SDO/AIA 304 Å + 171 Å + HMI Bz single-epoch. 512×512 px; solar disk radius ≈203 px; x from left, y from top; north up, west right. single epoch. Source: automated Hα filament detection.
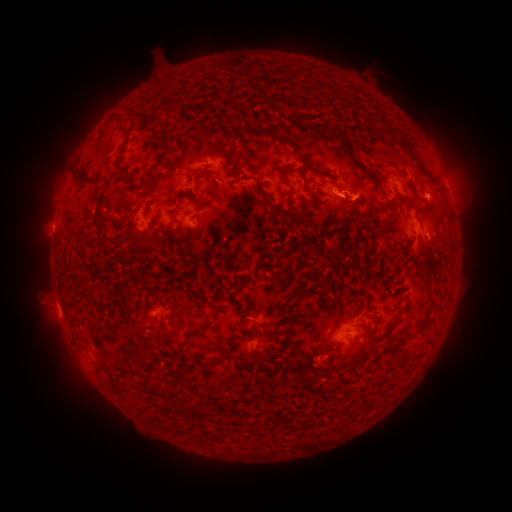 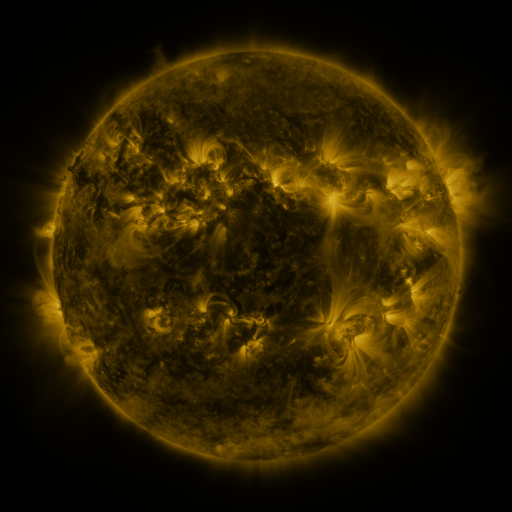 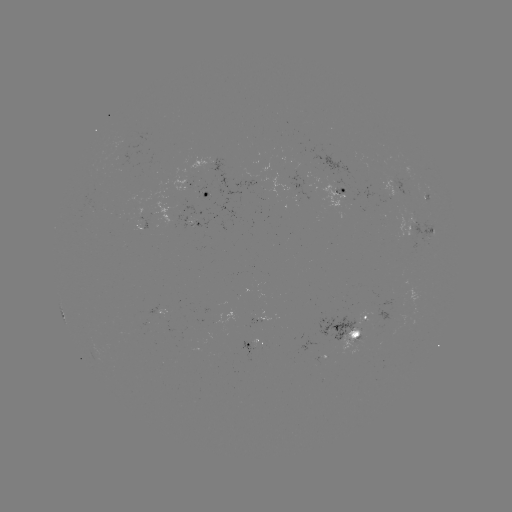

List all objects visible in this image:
filament: (265, 115)
filament: (293, 118)
filament: (390, 132)
filament: (158, 134)
filament: (340, 137)
filament: (166, 142)
filament: (294, 148)
filament: (411, 153)
filament: (202, 177)
filament: (83, 180)
filament: (309, 188)
filament: (143, 189)
filament: (292, 191)
filament: (192, 197)
filament: (266, 197)
filament: (427, 213)
filament: (102, 219)
filament: (215, 227)
filament: (146, 240)
filament: (253, 246)
filament: (283, 252)
filament: (280, 271)
filament: (125, 289)
filament: (292, 297)
filament: (217, 299)
filament: (244, 320)
filament: (296, 328)
filament: (190, 333)
filament: (263, 336)
filament: (224, 358)
filament: (153, 390)
filament: (182, 408)
filament: (200, 411)
